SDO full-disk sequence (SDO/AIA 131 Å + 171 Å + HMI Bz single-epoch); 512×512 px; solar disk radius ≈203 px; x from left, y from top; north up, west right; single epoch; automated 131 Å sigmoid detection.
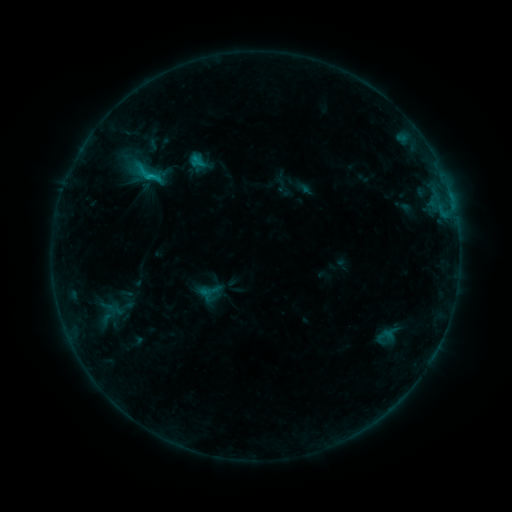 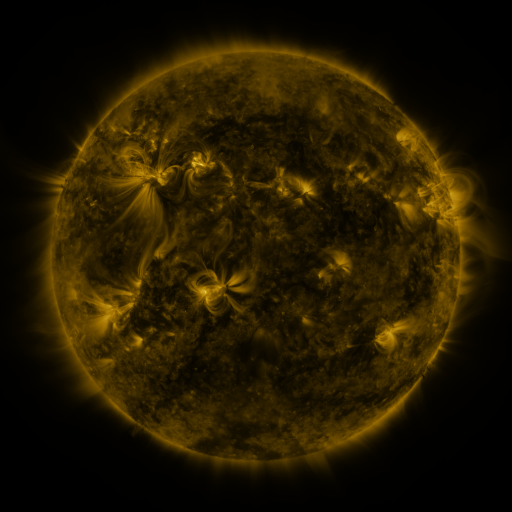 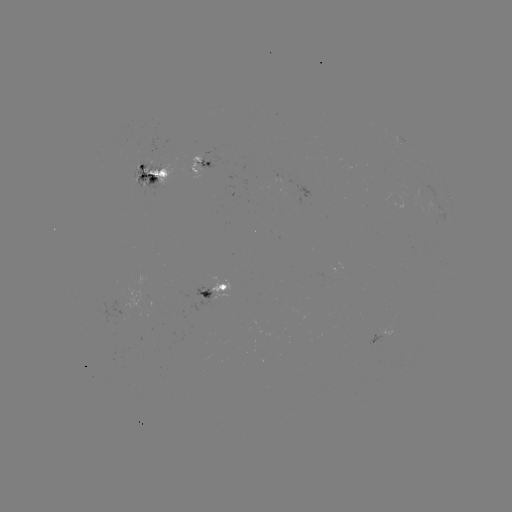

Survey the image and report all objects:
sigmoid: (148, 173)
